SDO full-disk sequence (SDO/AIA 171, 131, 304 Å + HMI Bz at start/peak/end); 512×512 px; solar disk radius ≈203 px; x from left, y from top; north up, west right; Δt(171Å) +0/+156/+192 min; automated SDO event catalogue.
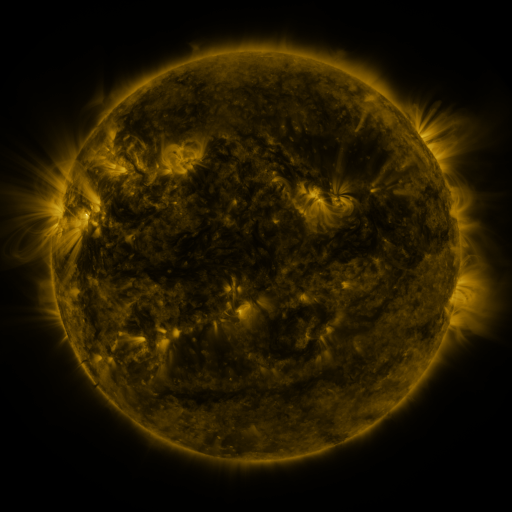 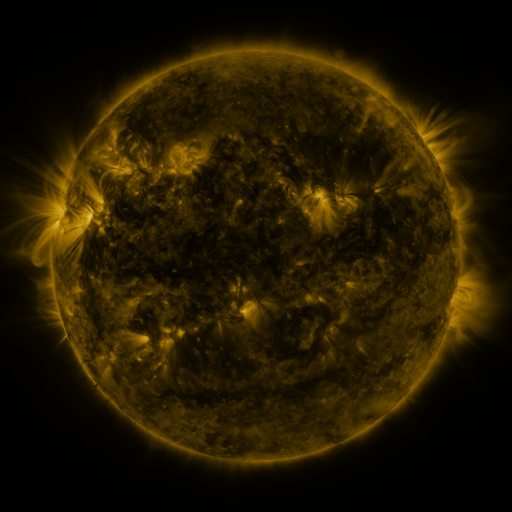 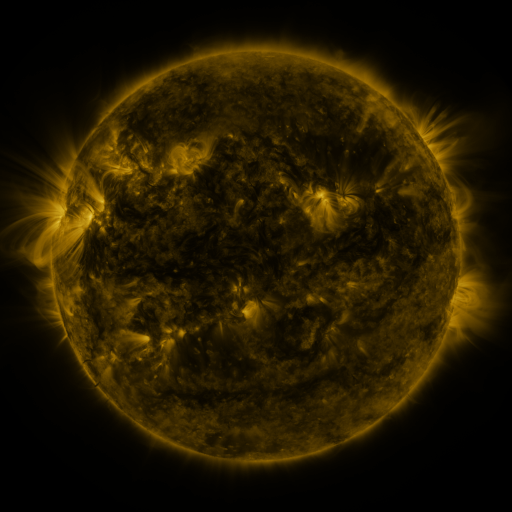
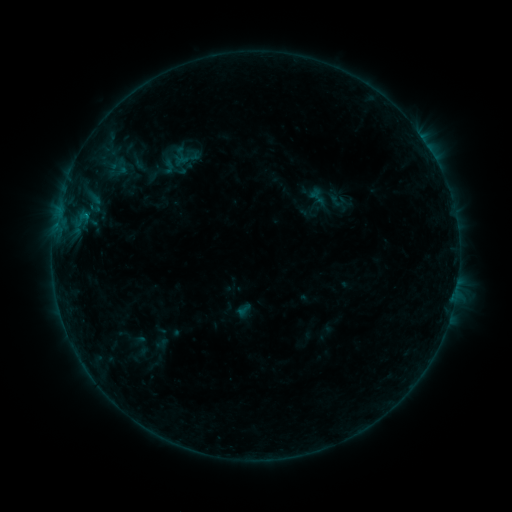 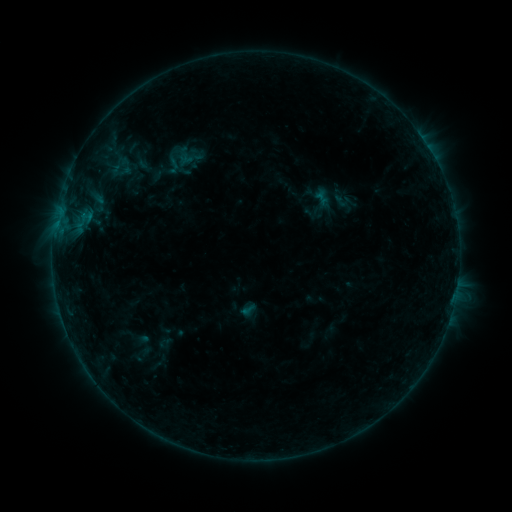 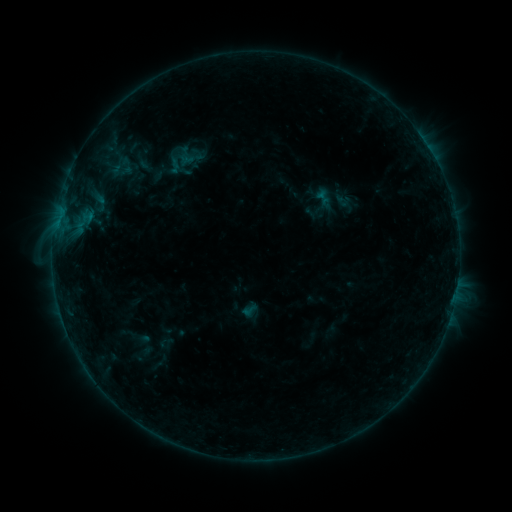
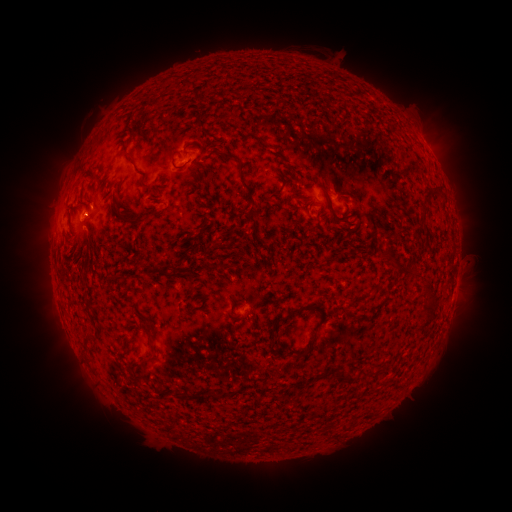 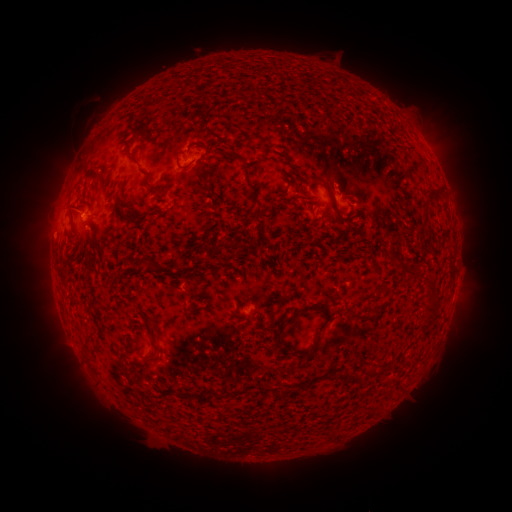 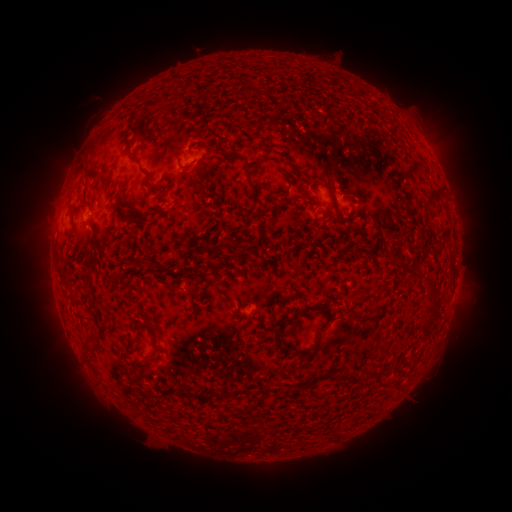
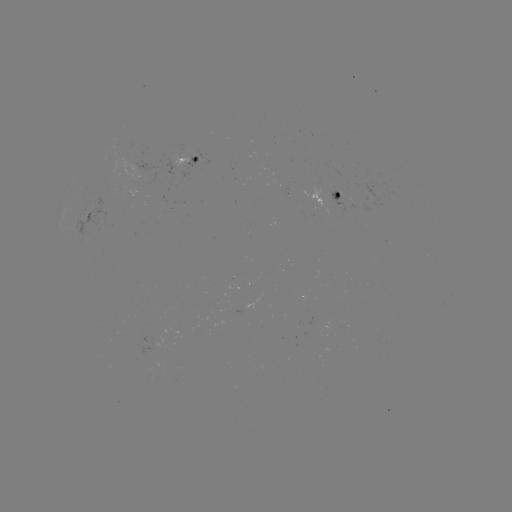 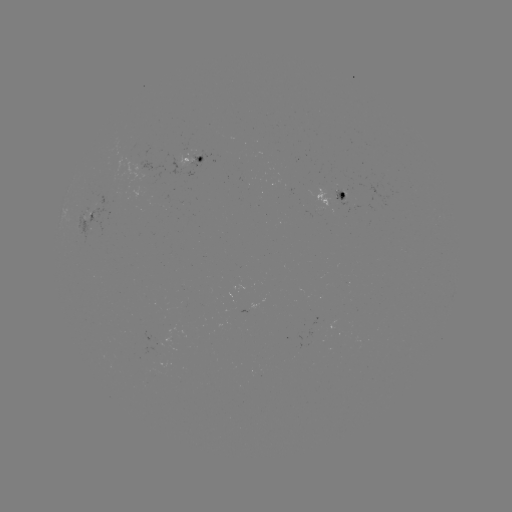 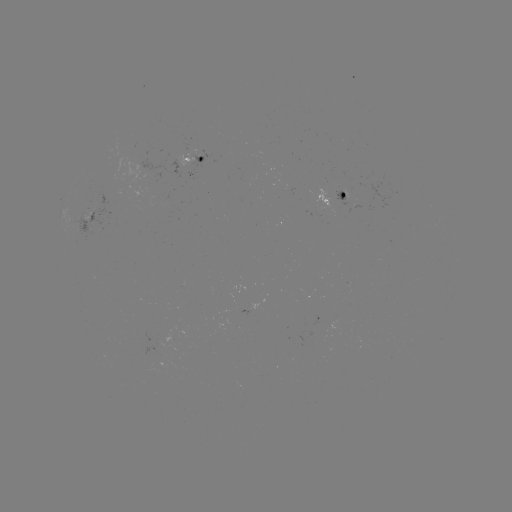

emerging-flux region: (81, 193, 110, 244)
